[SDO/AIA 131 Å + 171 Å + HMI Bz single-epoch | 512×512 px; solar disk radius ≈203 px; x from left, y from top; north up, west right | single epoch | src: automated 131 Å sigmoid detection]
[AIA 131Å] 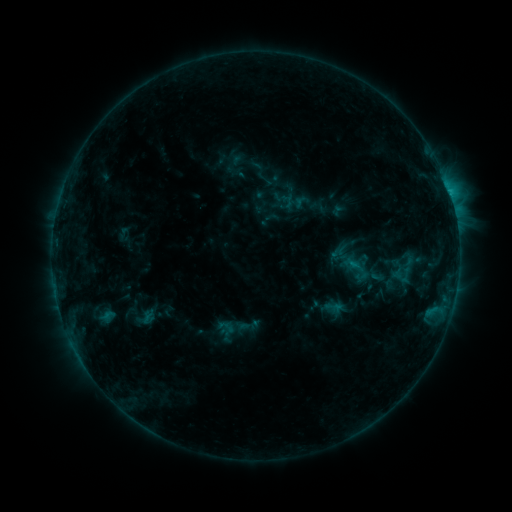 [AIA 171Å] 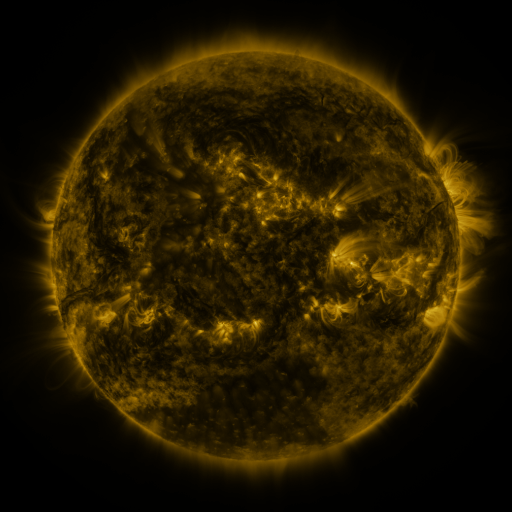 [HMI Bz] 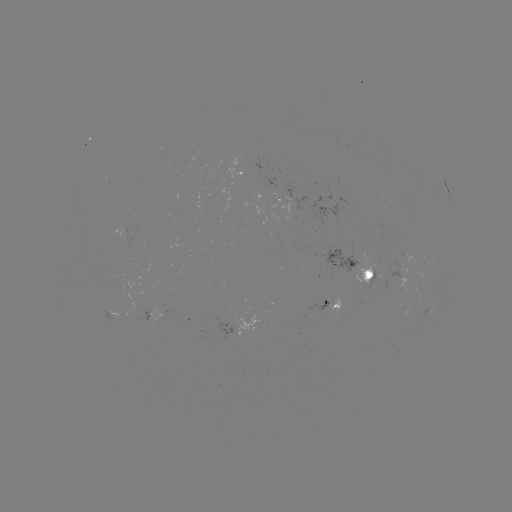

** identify sigmoid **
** (376, 275) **